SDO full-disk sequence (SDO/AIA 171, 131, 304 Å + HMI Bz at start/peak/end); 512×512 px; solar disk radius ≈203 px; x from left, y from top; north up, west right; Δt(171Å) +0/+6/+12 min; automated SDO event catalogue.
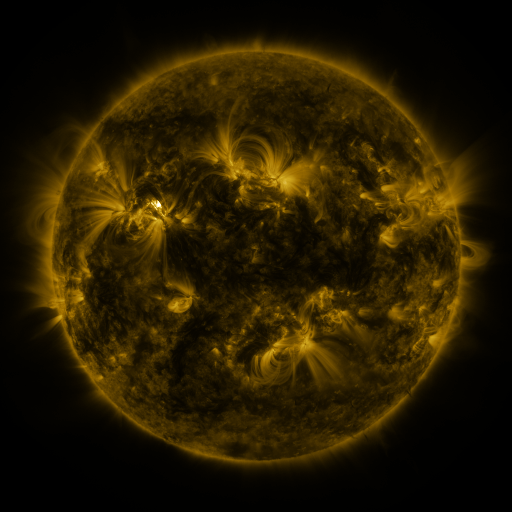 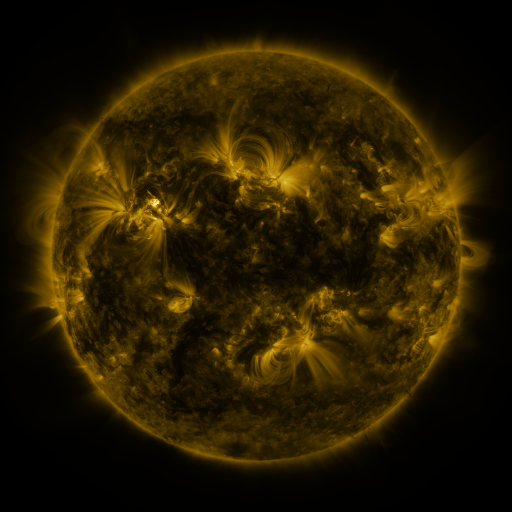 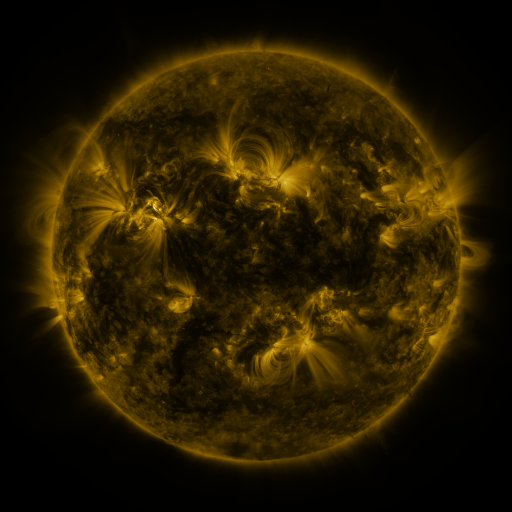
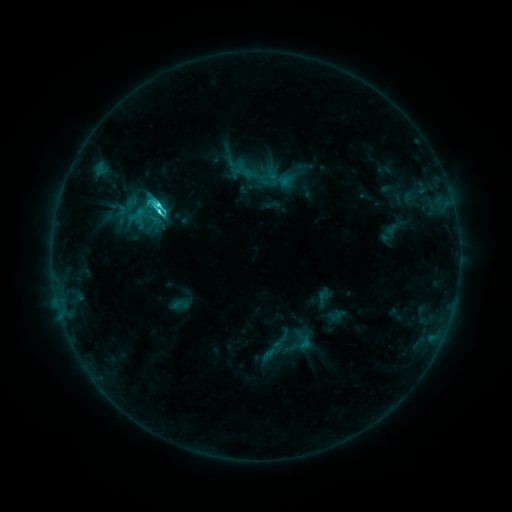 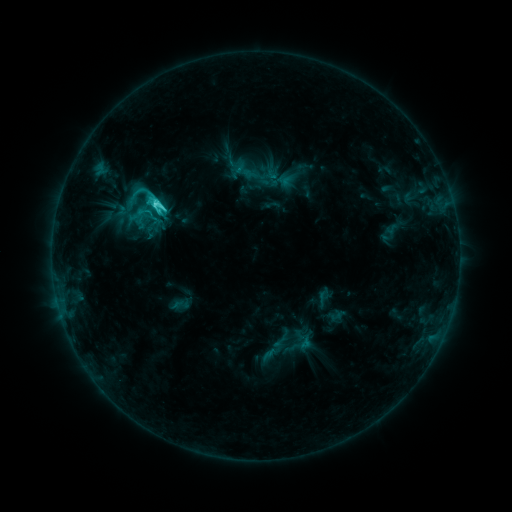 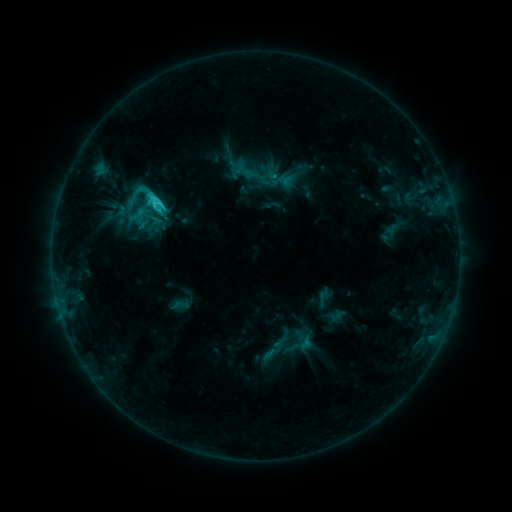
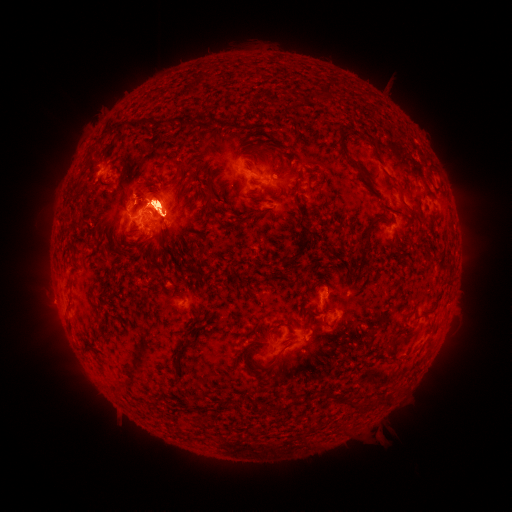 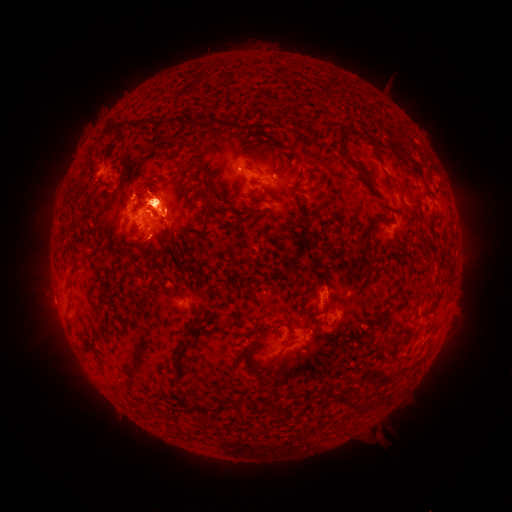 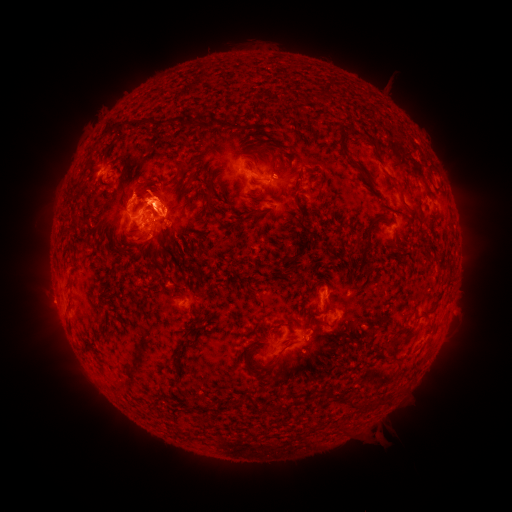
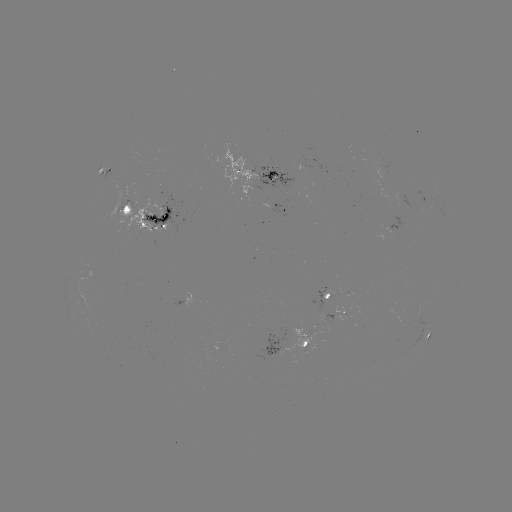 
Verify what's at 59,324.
eruption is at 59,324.